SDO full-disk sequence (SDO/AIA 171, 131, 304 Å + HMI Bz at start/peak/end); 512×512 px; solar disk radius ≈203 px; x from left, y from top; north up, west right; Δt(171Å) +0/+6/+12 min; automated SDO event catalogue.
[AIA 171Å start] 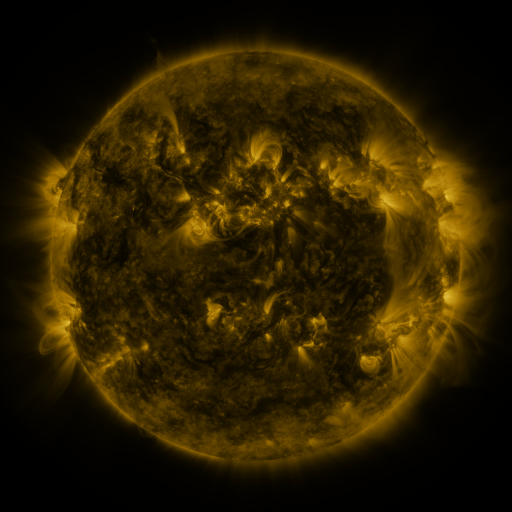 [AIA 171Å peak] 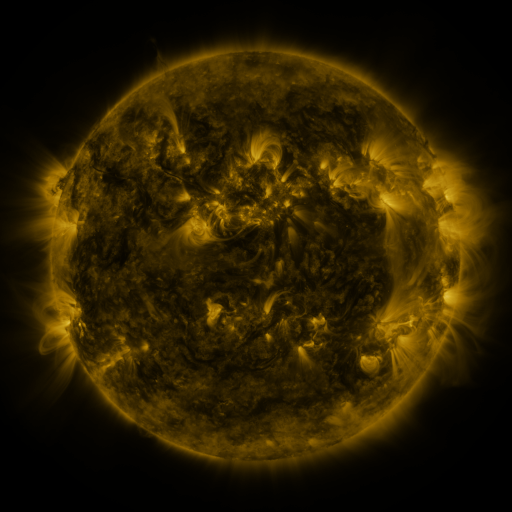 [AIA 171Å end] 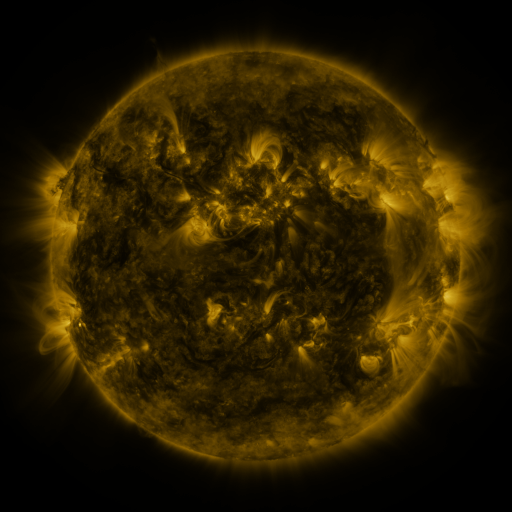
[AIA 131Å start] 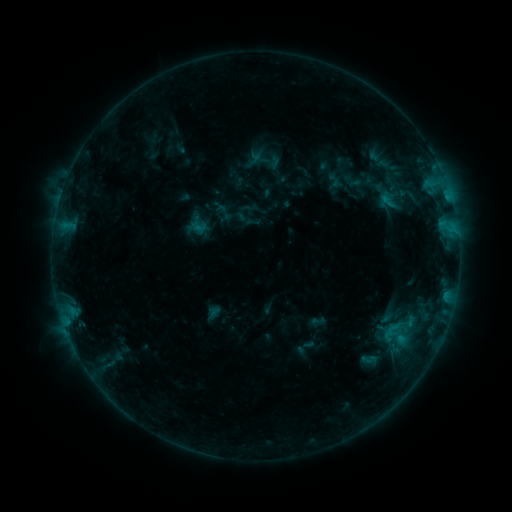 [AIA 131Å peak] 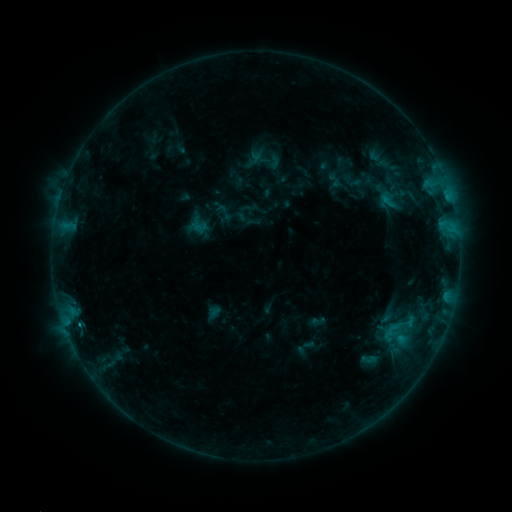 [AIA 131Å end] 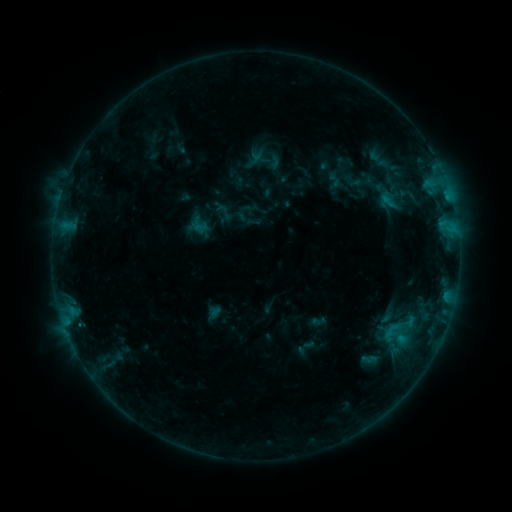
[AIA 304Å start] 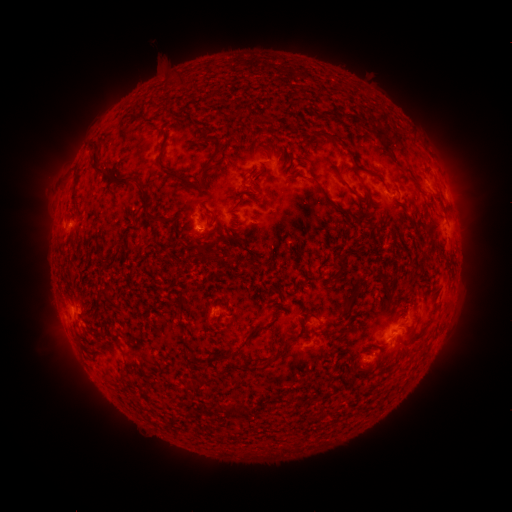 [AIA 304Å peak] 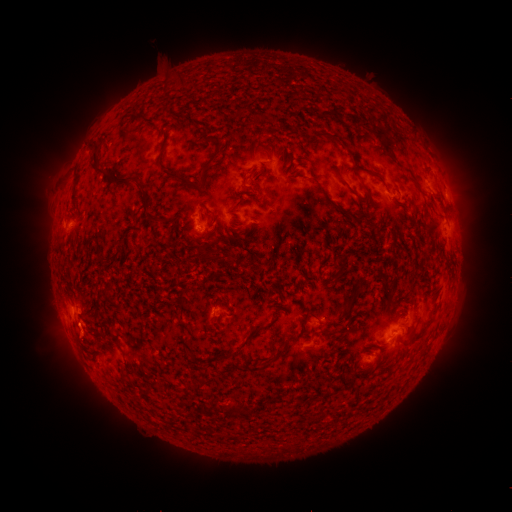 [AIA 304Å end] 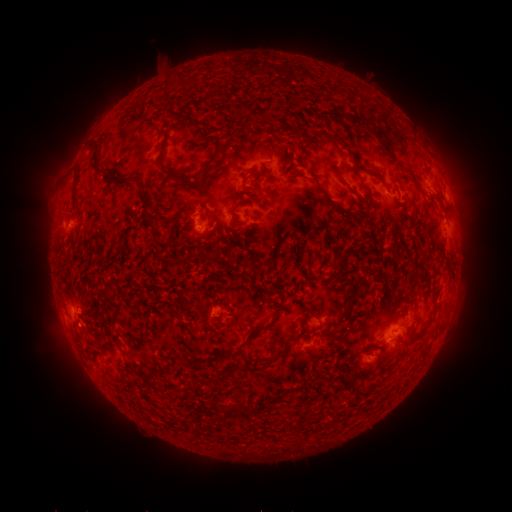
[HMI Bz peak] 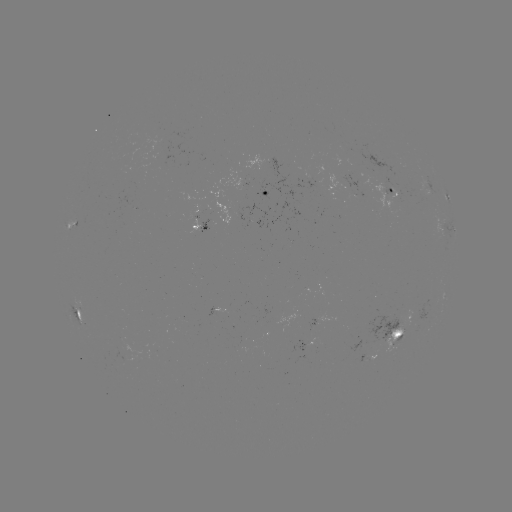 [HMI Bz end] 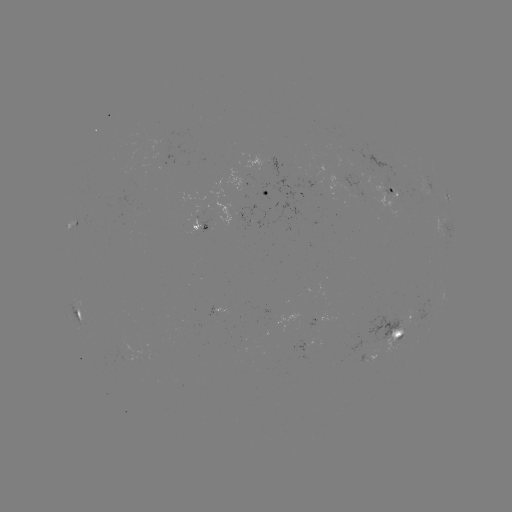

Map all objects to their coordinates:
B5.5 flare: (78, 322)
